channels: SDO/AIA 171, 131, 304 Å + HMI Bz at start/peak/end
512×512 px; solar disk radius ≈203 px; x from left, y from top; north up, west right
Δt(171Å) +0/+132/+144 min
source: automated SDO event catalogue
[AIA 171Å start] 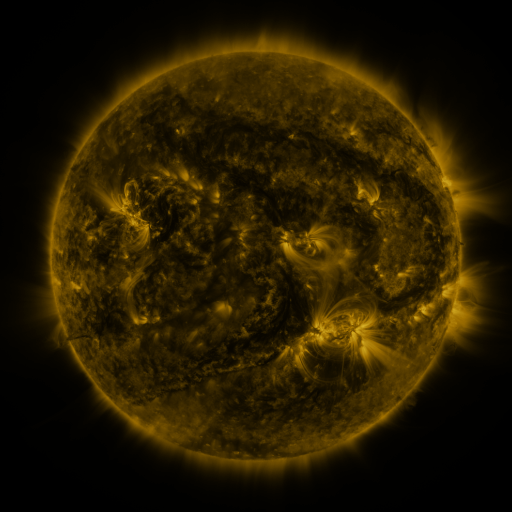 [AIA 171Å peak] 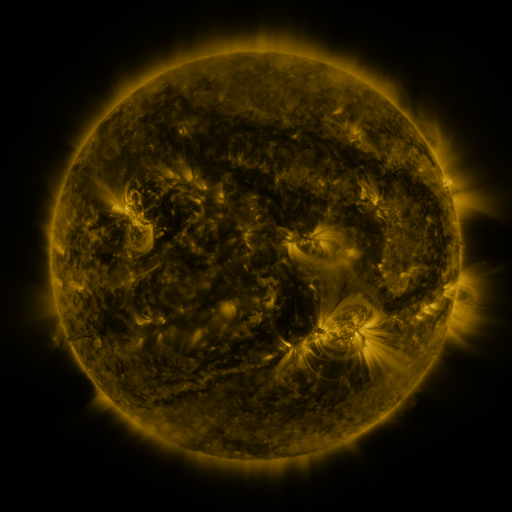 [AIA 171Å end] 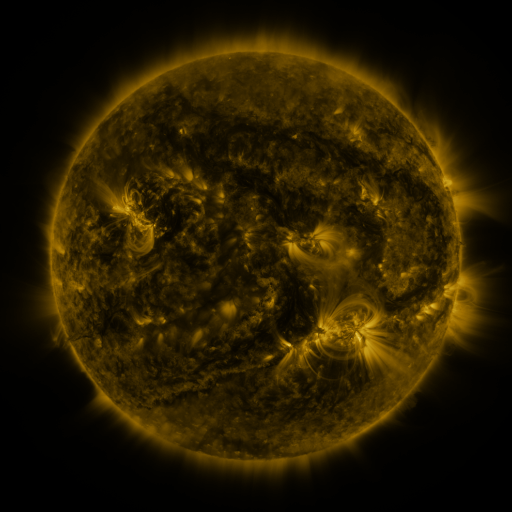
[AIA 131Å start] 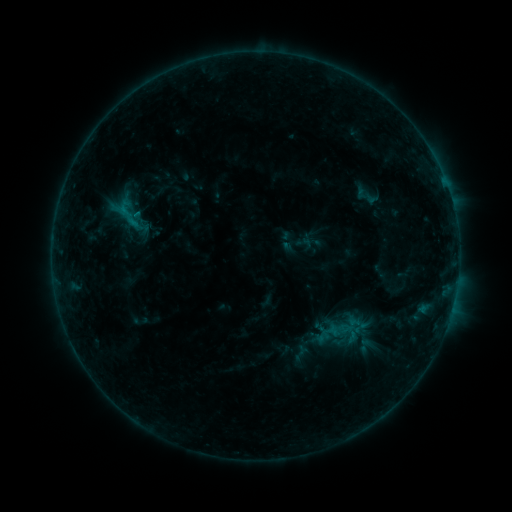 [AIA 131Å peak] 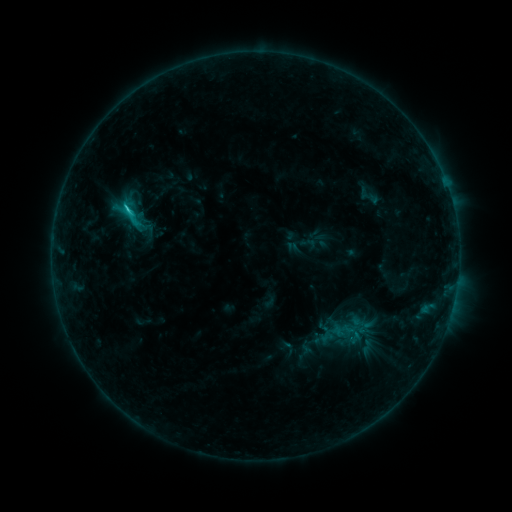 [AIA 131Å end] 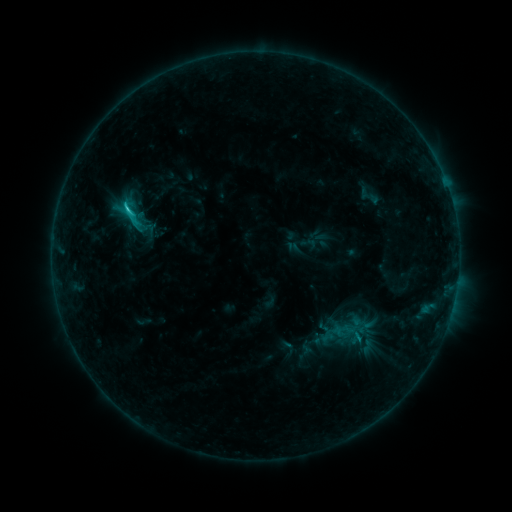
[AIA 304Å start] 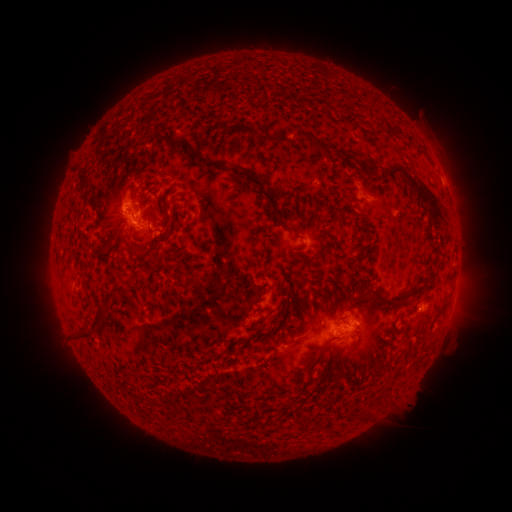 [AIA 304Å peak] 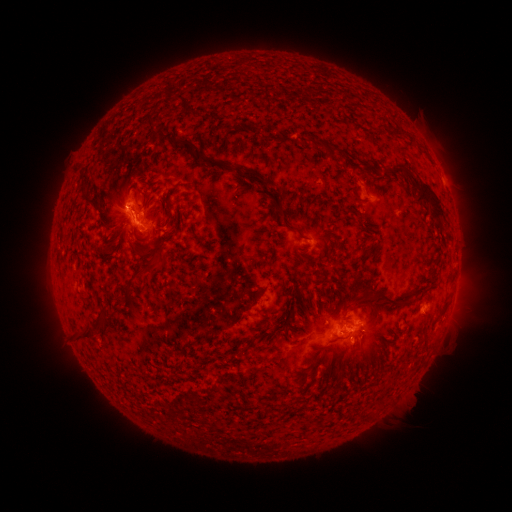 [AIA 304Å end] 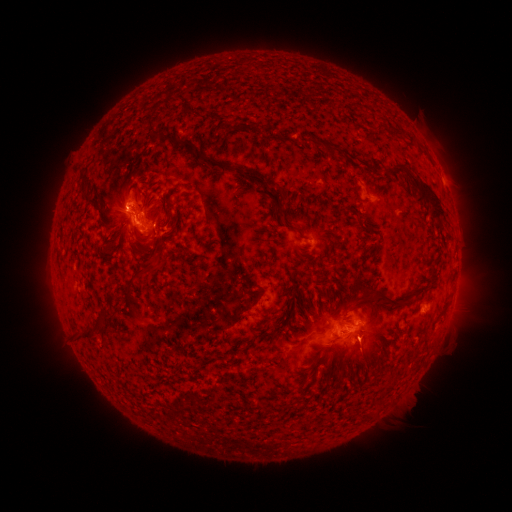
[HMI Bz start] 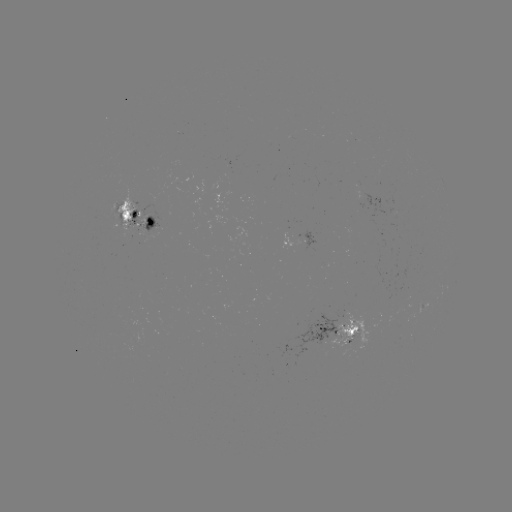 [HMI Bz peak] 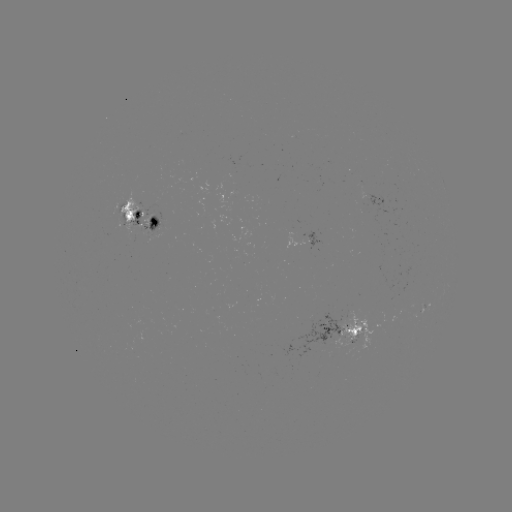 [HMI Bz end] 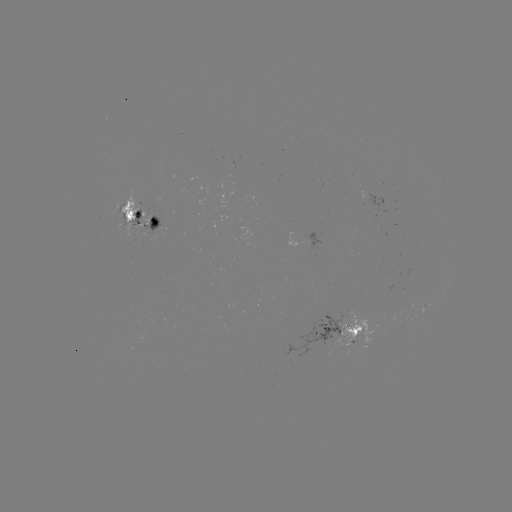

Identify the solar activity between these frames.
emerging-flux region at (120, 211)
